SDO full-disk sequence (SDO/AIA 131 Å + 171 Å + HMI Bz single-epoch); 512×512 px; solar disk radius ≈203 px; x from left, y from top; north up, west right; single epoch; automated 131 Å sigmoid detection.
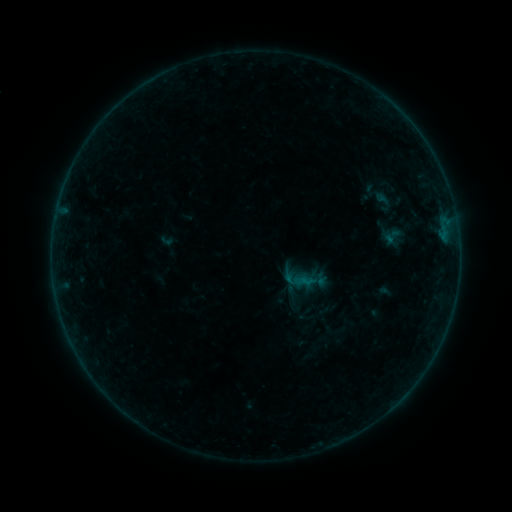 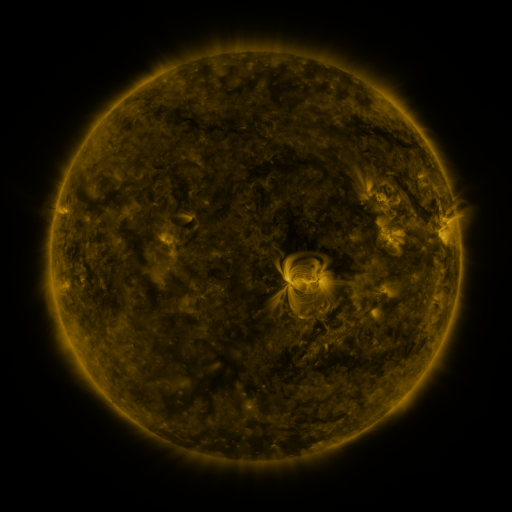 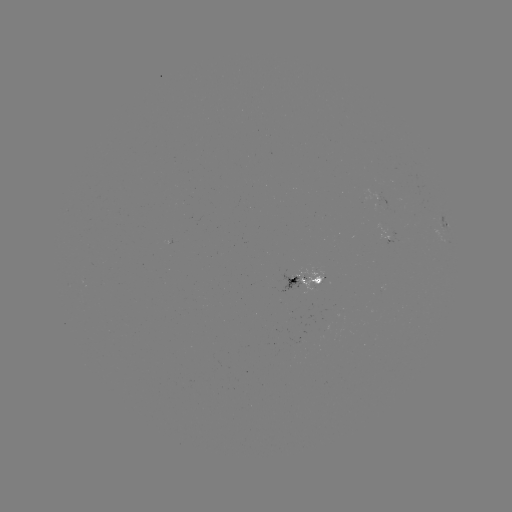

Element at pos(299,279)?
sigmoid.